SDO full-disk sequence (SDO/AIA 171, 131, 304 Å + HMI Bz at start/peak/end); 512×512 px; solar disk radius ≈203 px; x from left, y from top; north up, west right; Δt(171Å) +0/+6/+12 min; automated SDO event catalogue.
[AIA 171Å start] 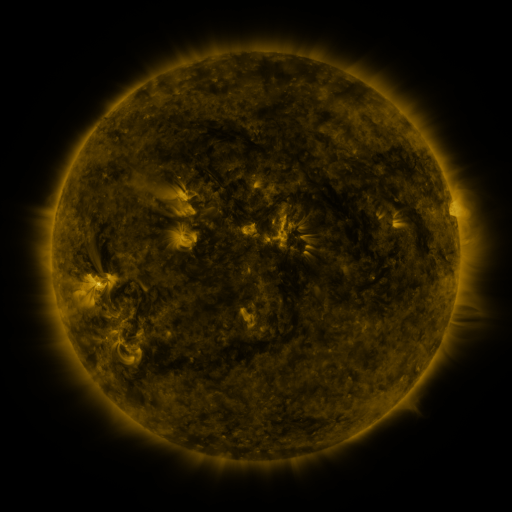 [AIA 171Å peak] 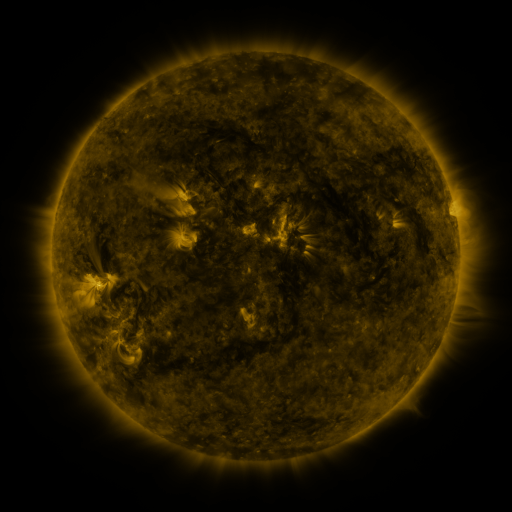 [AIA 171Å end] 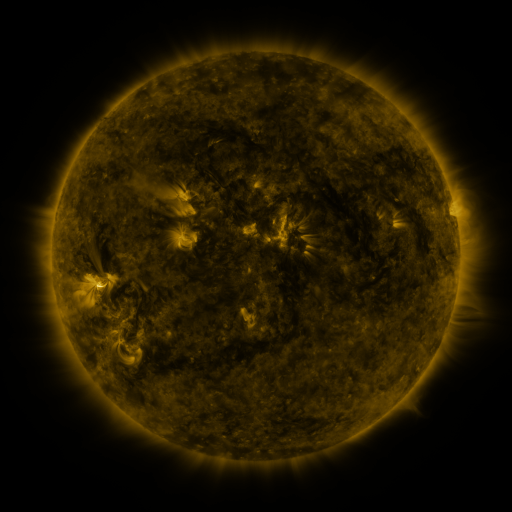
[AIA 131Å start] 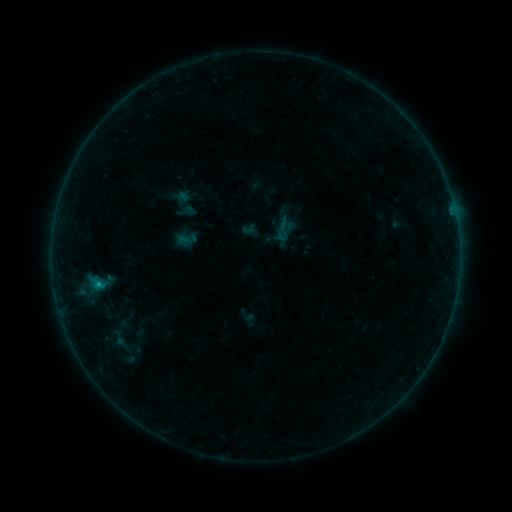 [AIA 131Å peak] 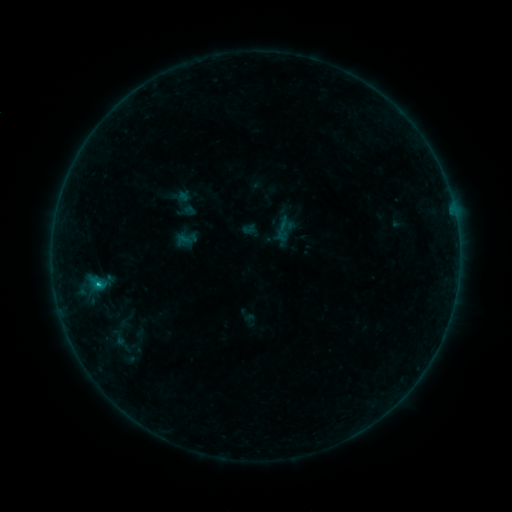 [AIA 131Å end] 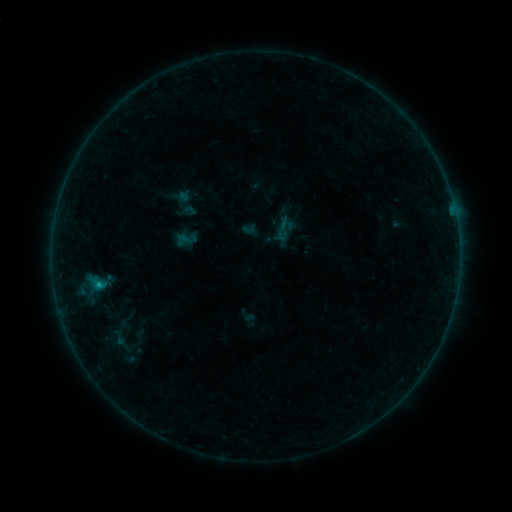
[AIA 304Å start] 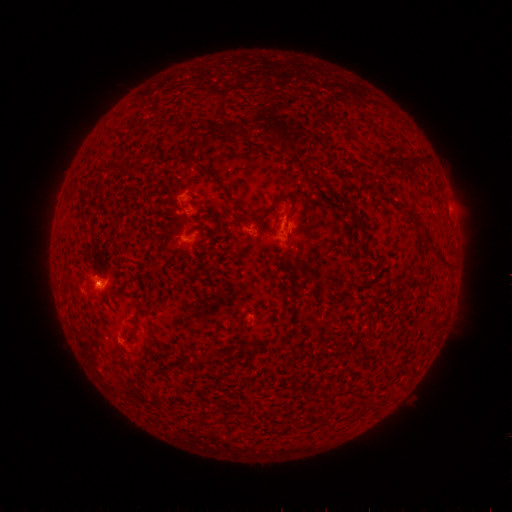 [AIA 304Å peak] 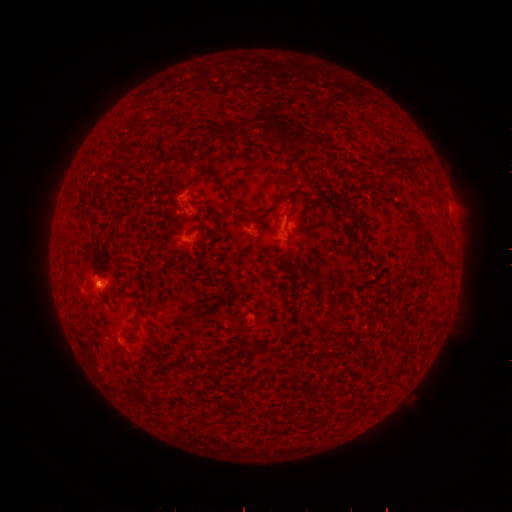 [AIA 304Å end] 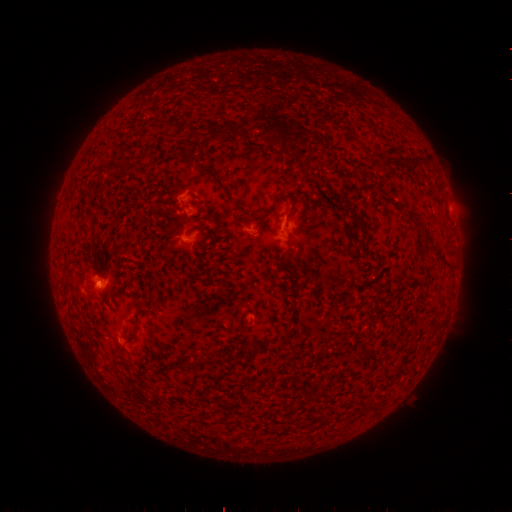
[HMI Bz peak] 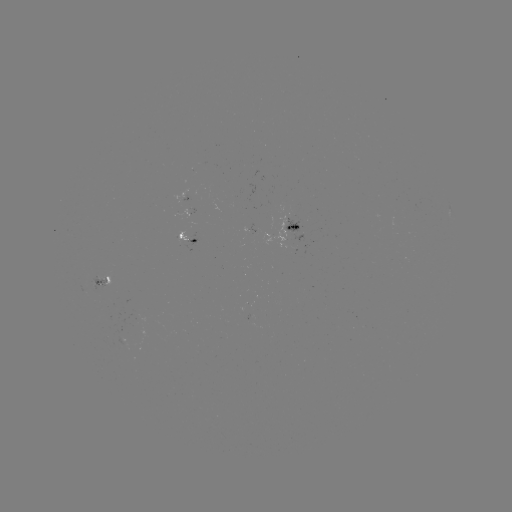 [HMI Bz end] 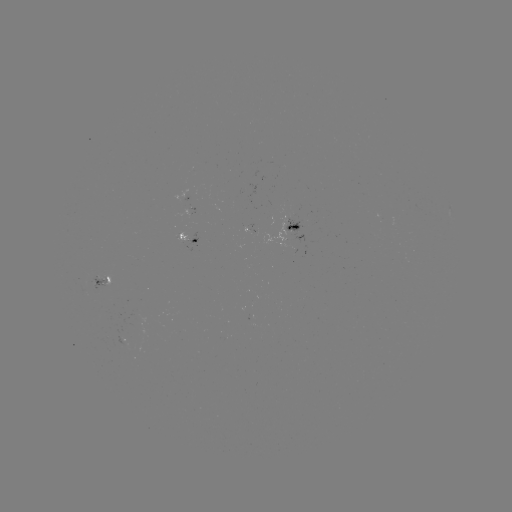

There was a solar flare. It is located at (98, 282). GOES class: B4.7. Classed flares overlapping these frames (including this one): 1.